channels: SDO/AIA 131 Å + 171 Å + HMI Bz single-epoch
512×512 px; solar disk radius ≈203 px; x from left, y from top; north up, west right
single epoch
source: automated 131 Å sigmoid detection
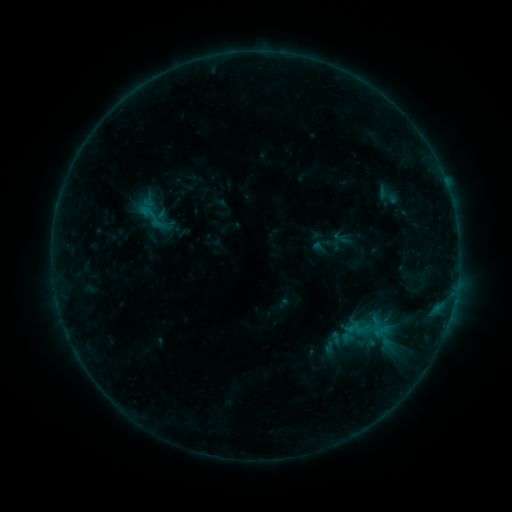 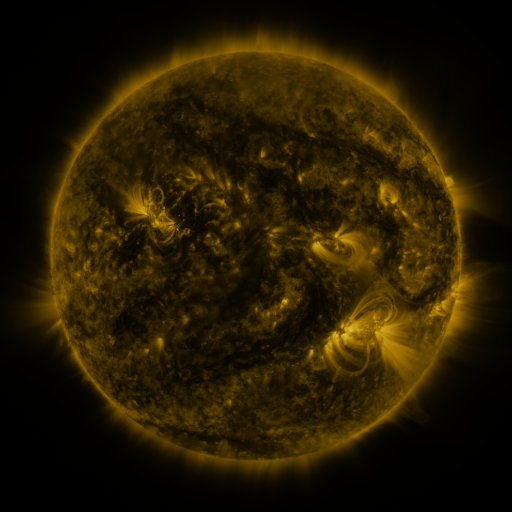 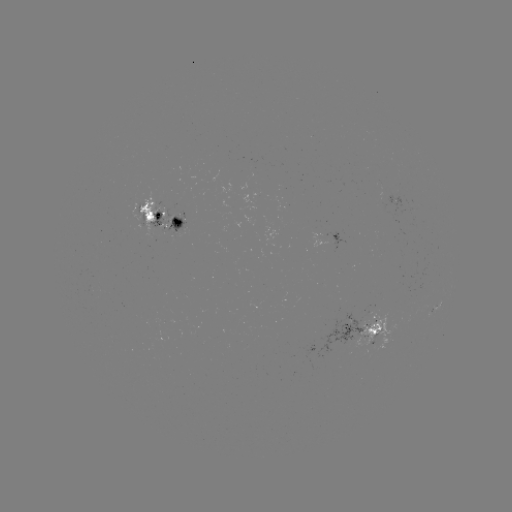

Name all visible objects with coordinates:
sigmoid: (389, 195)
sigmoid: (153, 215)
